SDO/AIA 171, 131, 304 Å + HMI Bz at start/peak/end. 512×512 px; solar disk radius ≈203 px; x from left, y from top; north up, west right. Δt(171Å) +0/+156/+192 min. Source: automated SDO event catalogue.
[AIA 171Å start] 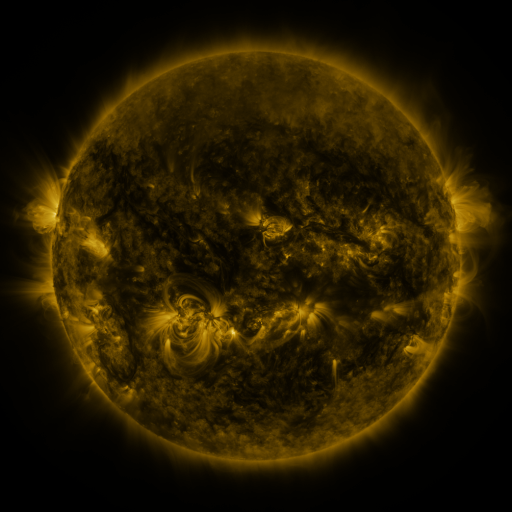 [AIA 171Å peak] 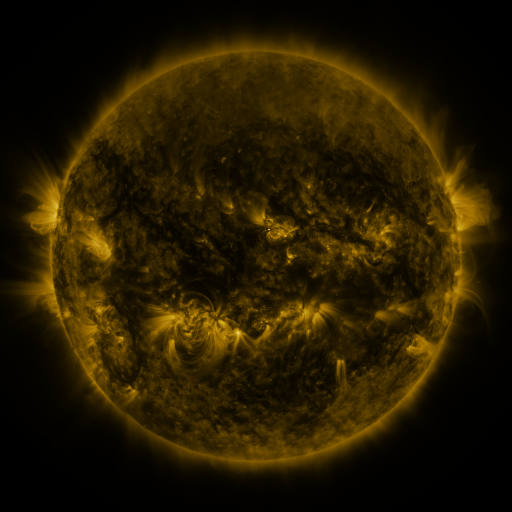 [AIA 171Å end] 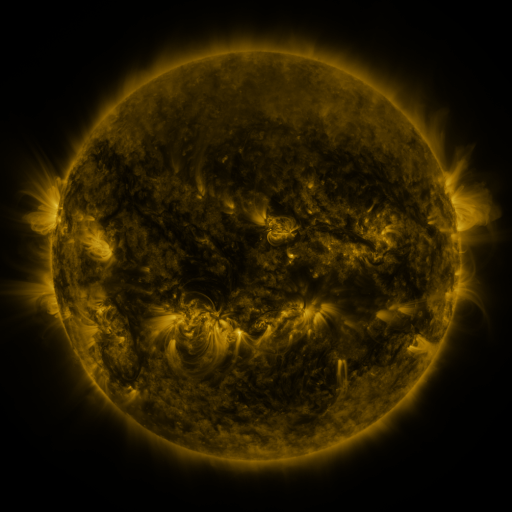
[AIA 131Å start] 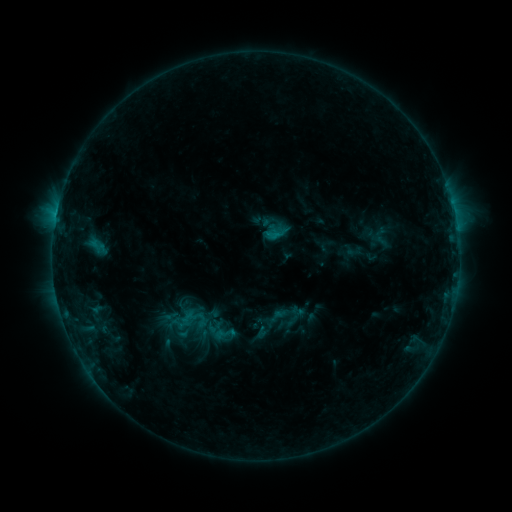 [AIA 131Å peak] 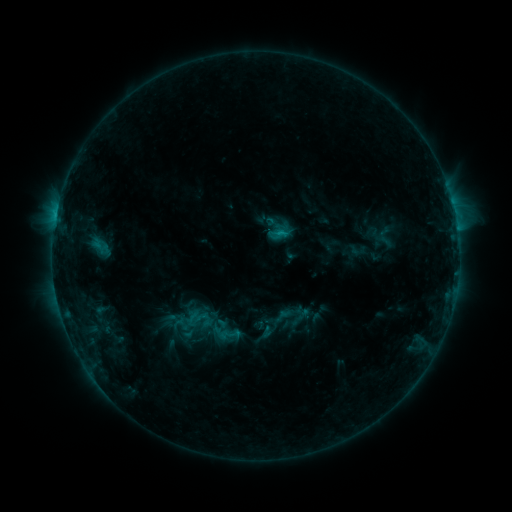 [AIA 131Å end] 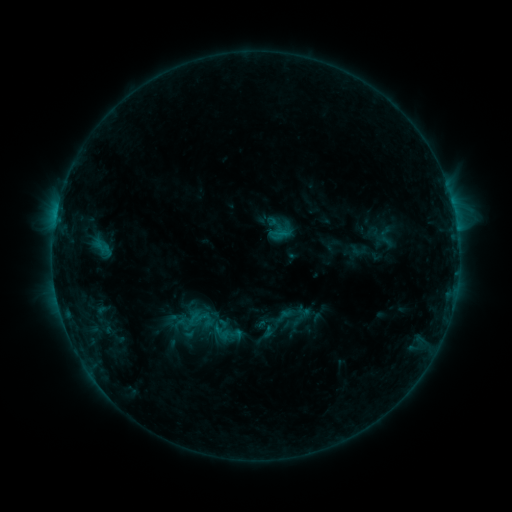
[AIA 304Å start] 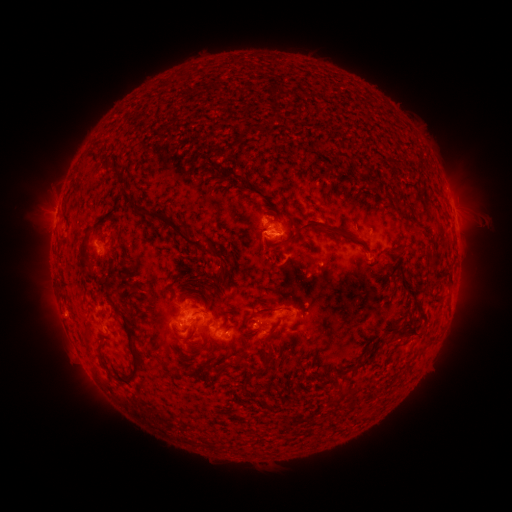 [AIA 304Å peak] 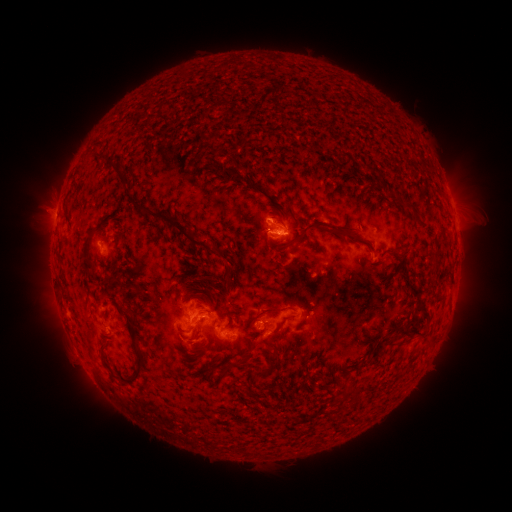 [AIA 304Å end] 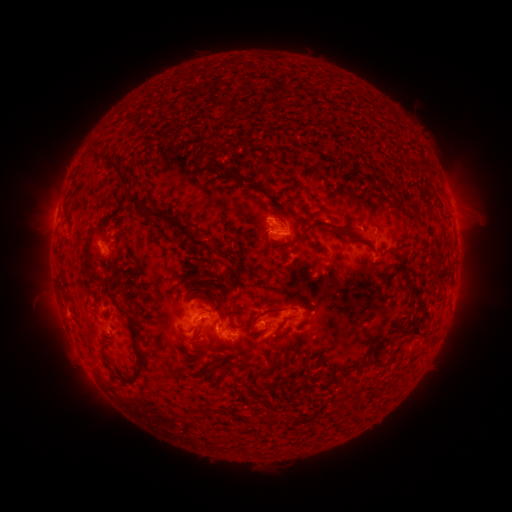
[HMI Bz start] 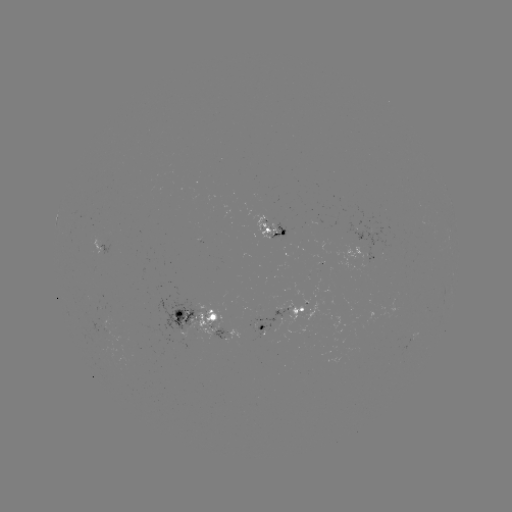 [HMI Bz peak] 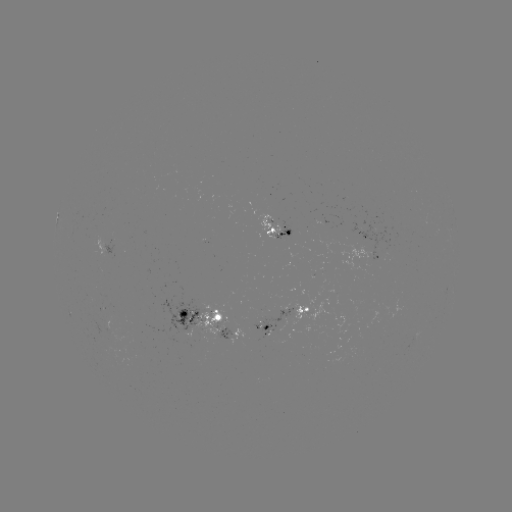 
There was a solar emerging-flux region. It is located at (105, 330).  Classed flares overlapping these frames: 1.